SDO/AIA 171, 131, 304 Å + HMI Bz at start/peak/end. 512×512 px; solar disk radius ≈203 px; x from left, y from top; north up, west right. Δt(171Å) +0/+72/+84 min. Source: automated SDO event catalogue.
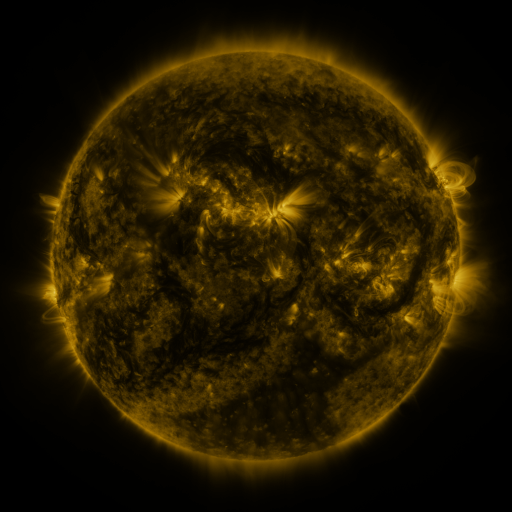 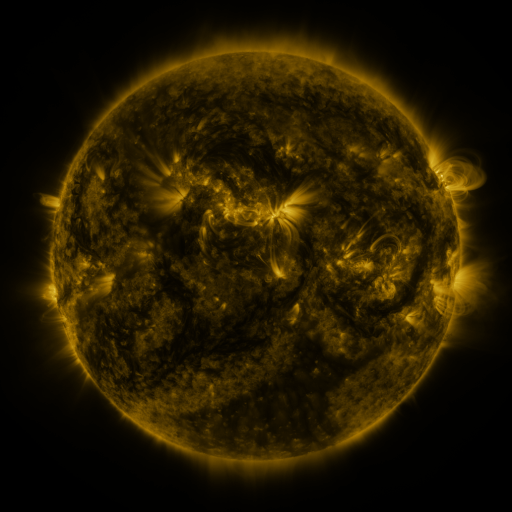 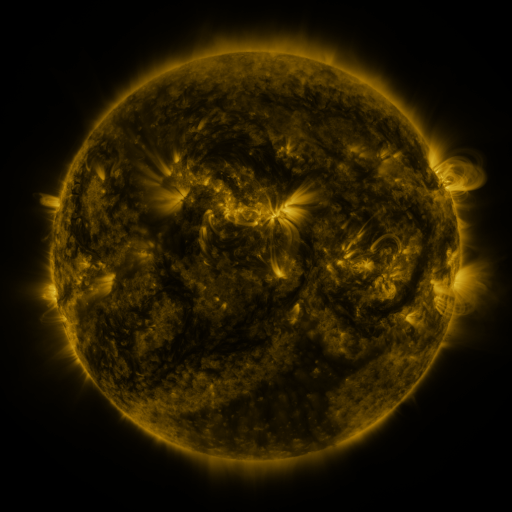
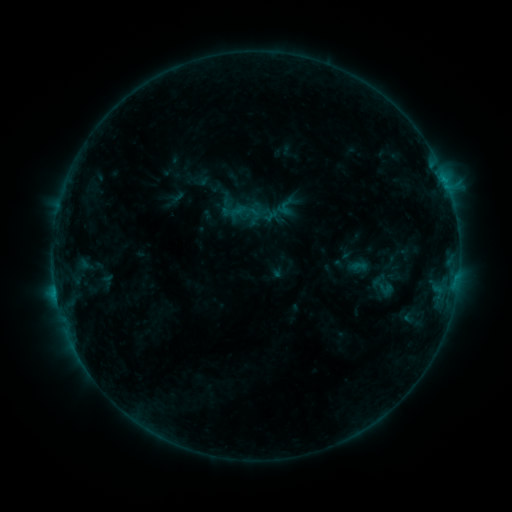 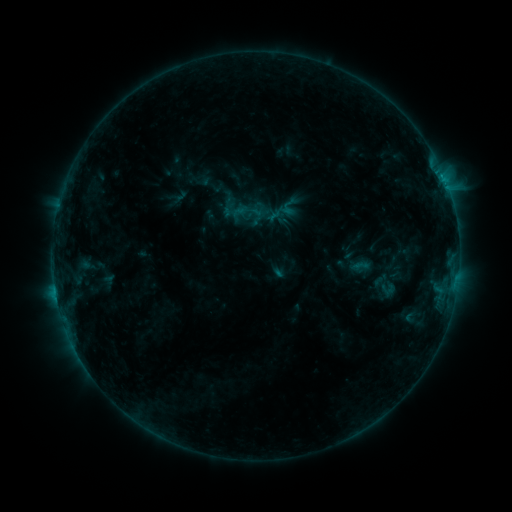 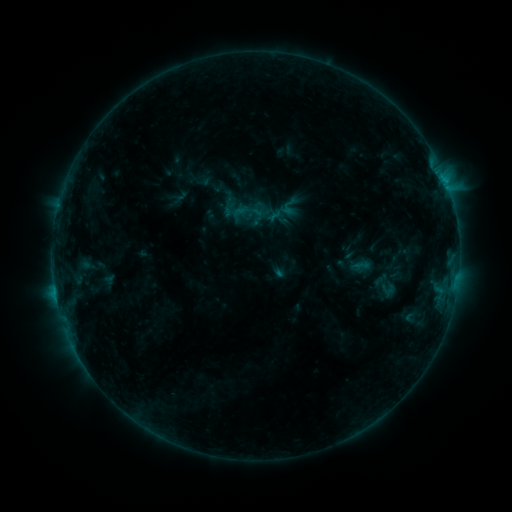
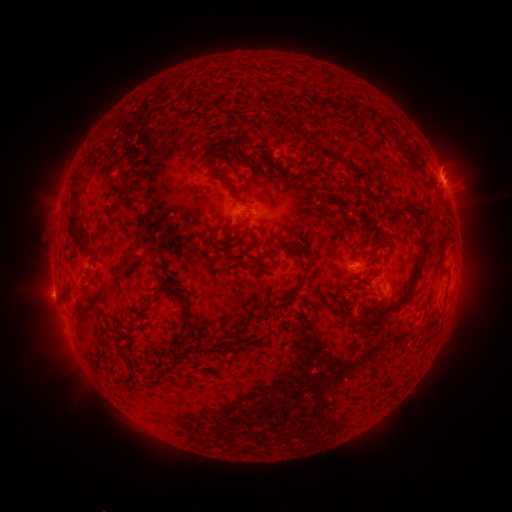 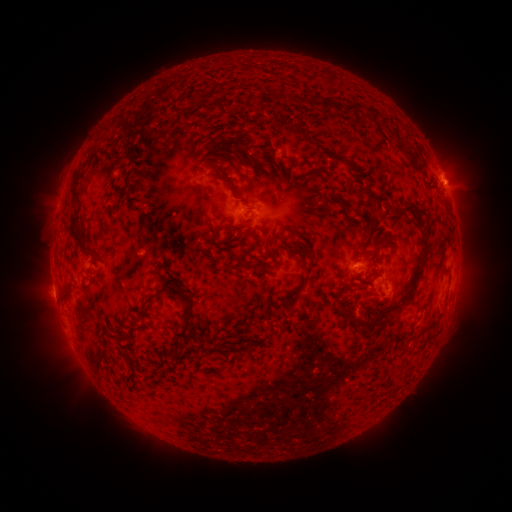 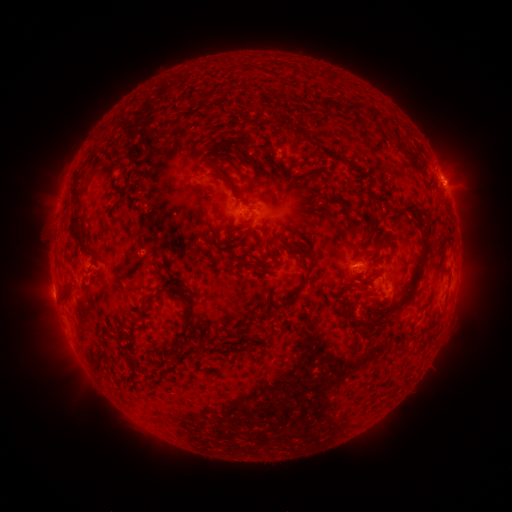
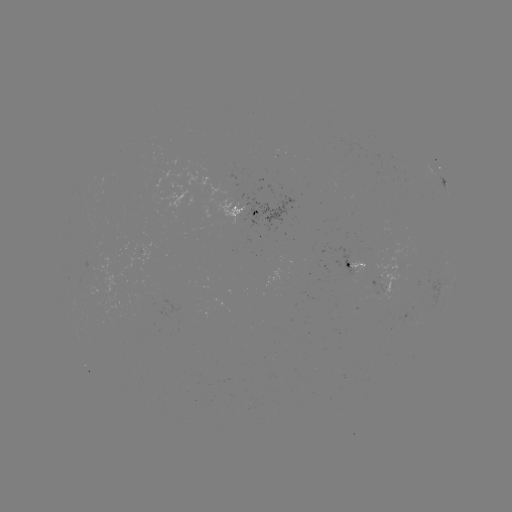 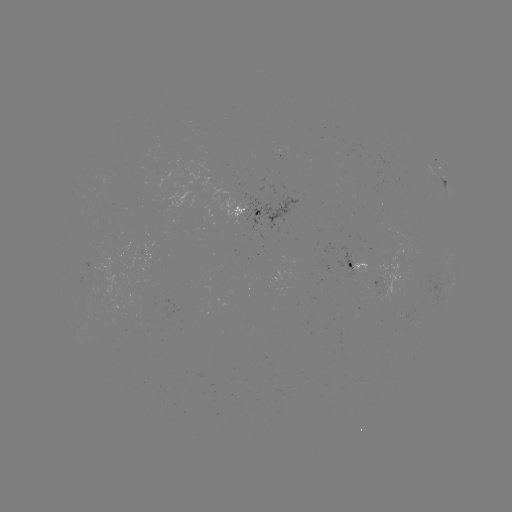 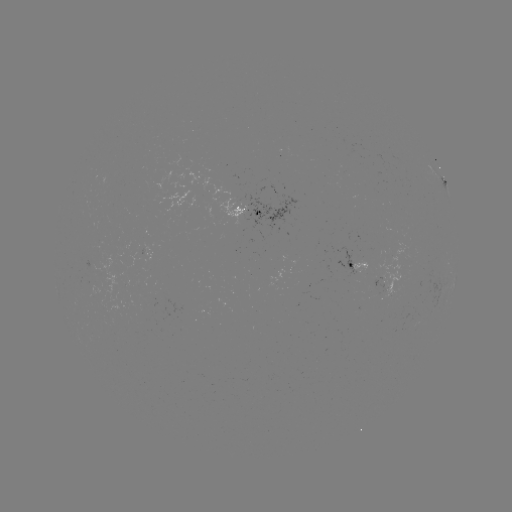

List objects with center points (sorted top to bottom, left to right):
emerging-flux region: (92, 266)
